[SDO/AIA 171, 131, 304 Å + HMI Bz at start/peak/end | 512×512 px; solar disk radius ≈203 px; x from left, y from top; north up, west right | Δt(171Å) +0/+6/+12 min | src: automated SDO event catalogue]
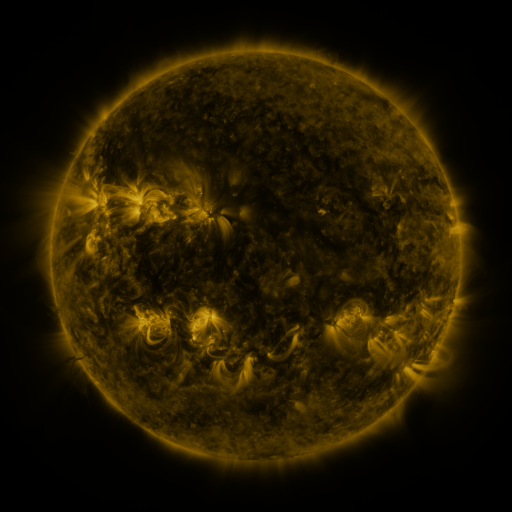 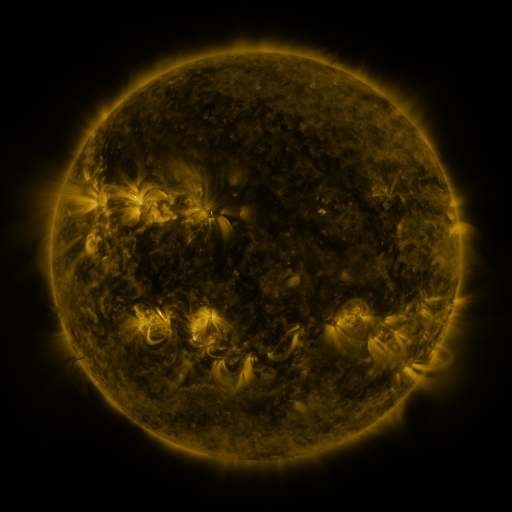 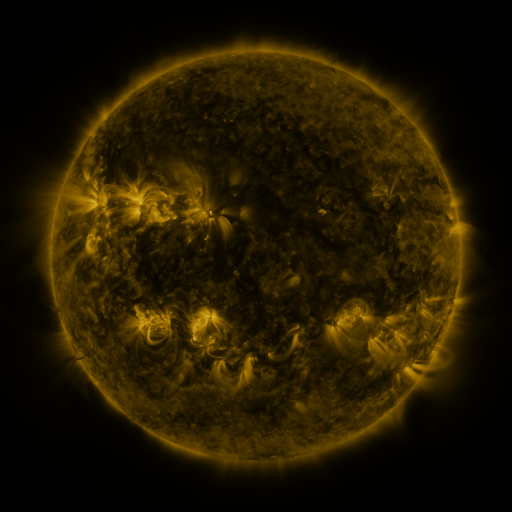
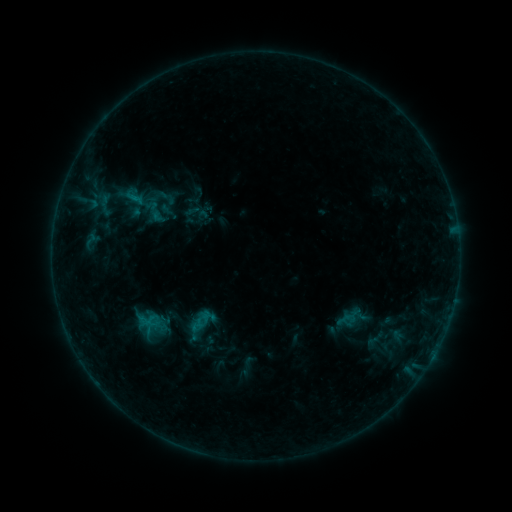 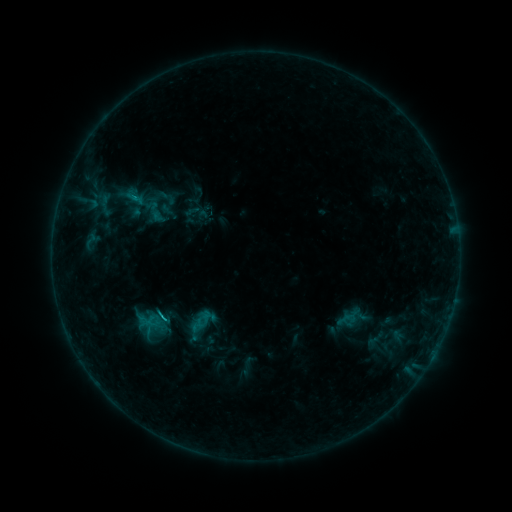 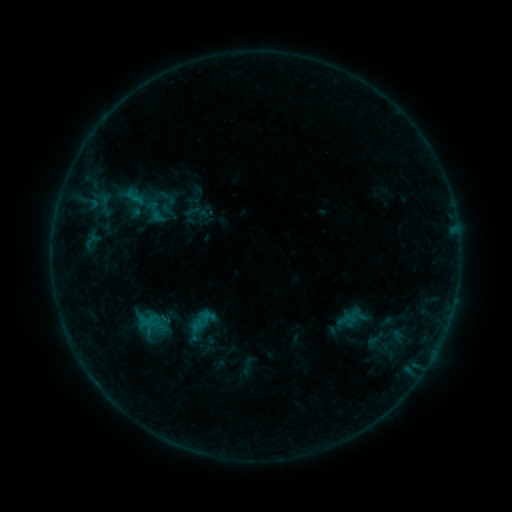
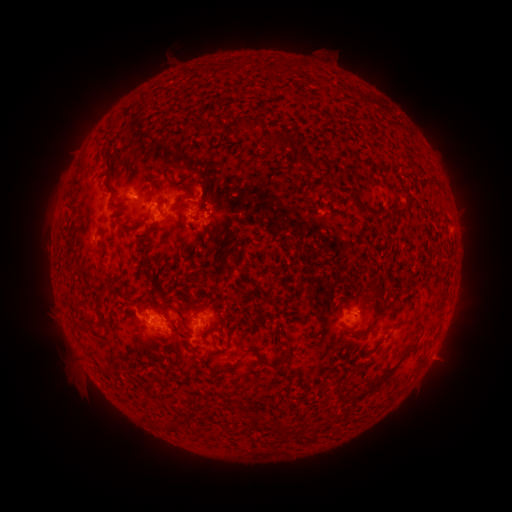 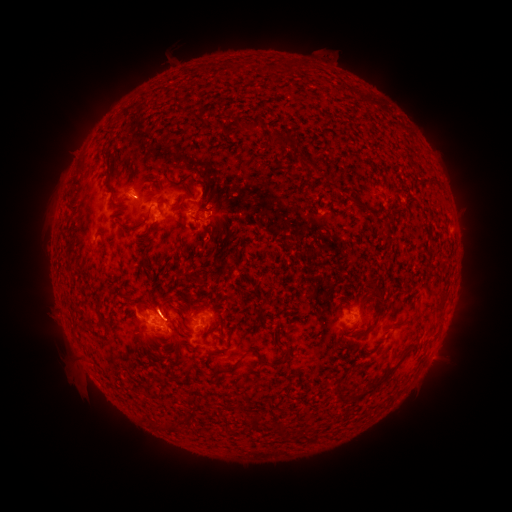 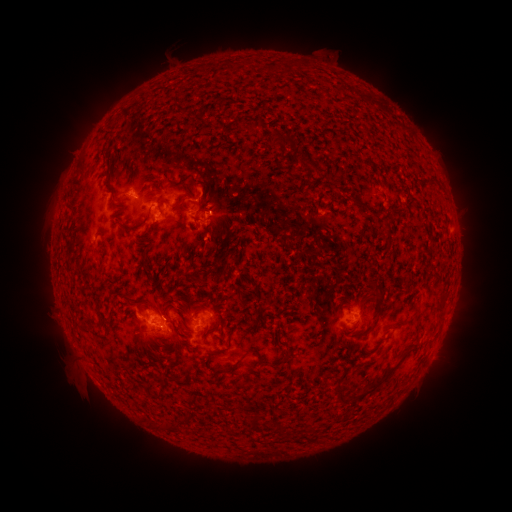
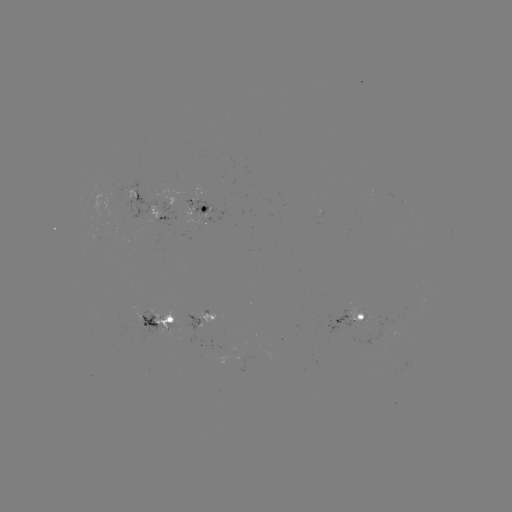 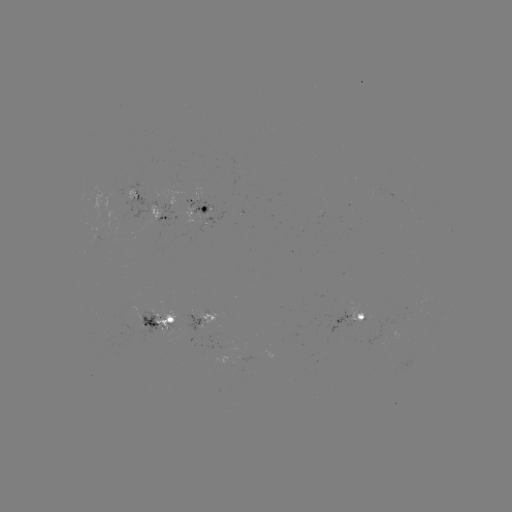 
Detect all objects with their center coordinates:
eruption: (162, 301)
